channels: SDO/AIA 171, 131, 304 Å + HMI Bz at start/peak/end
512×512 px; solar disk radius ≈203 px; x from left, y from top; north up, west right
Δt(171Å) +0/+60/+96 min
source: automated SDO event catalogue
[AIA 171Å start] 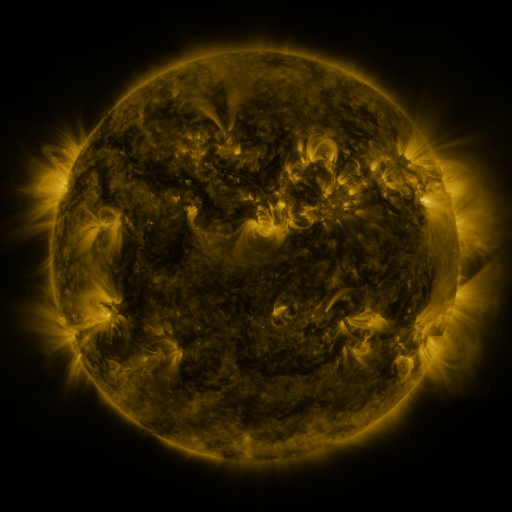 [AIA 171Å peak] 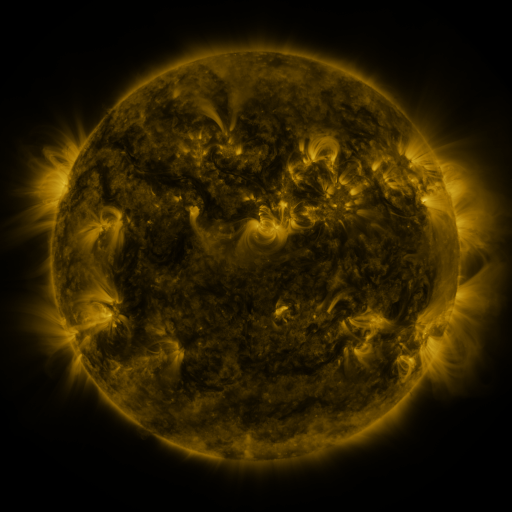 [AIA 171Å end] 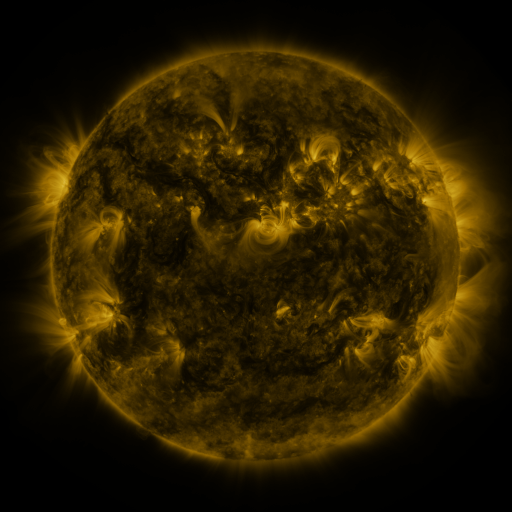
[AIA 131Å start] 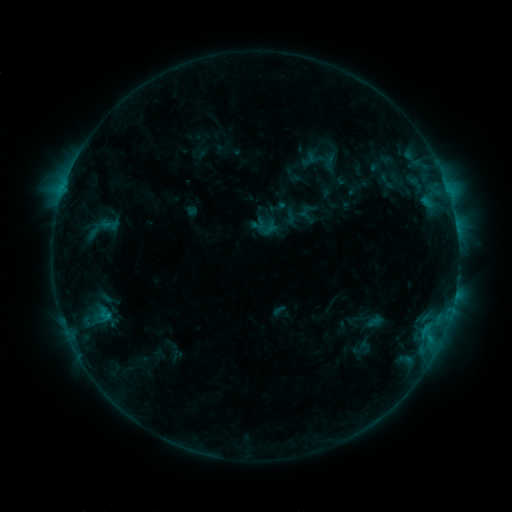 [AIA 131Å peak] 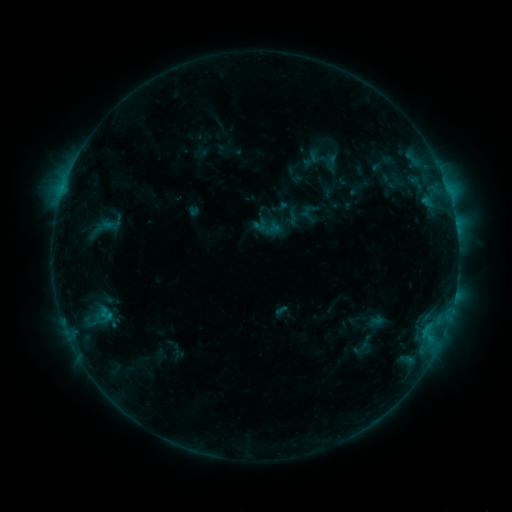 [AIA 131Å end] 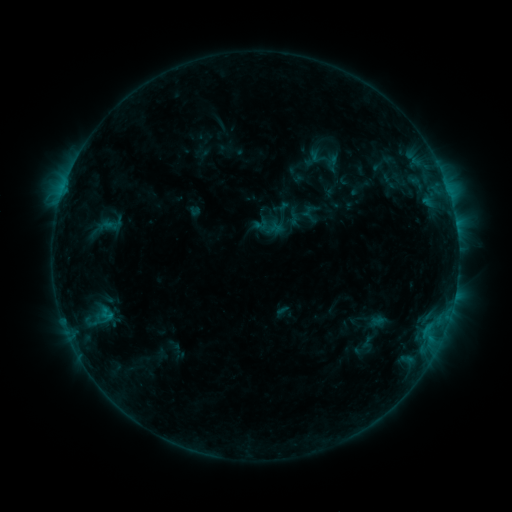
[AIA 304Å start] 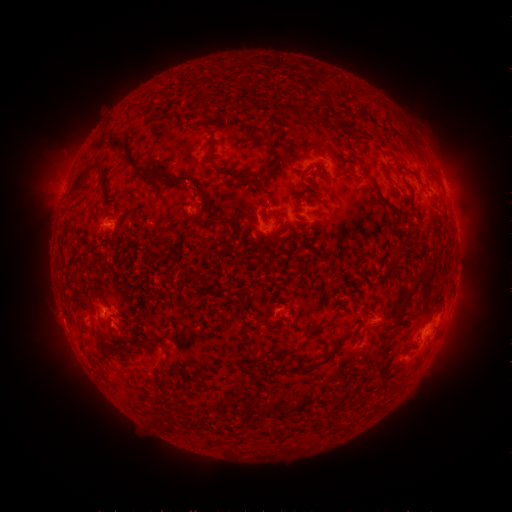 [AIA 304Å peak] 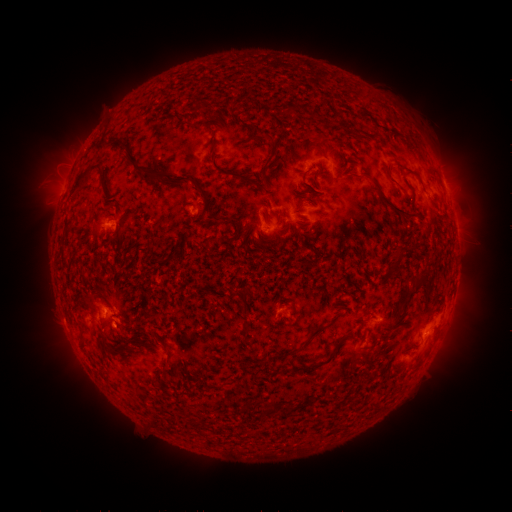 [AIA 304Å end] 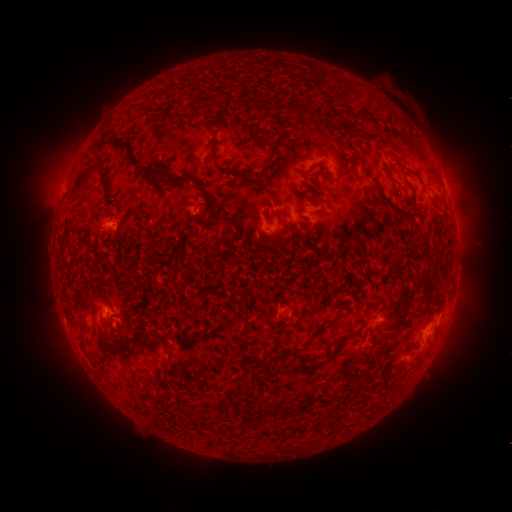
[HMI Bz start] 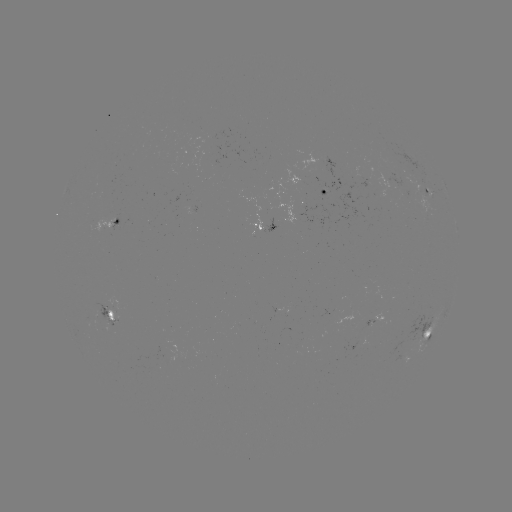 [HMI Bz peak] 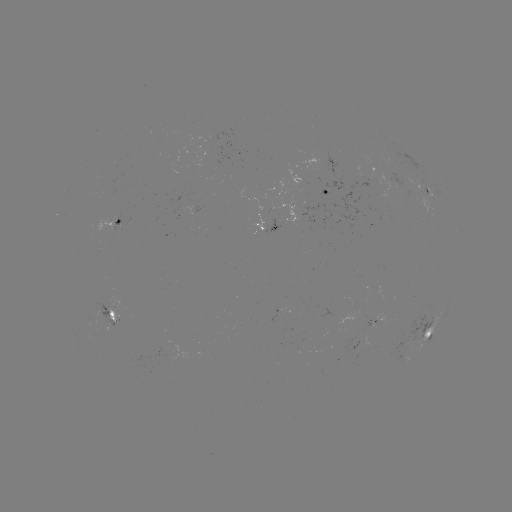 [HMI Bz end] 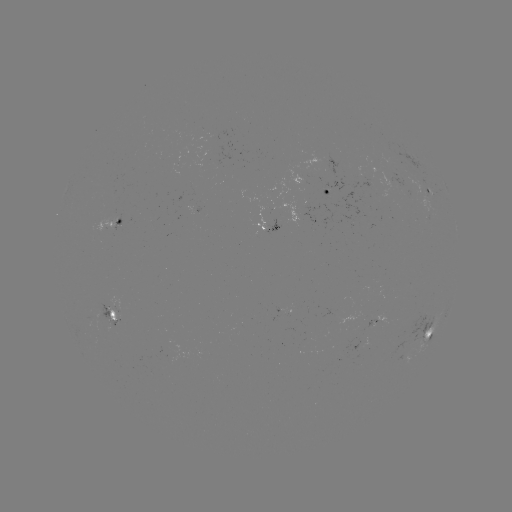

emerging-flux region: [105, 297, 123, 313]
